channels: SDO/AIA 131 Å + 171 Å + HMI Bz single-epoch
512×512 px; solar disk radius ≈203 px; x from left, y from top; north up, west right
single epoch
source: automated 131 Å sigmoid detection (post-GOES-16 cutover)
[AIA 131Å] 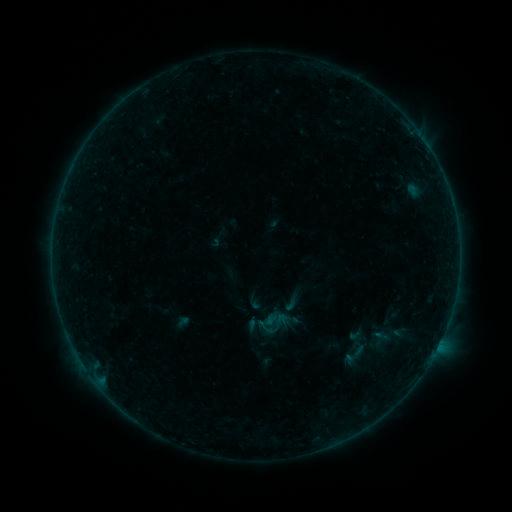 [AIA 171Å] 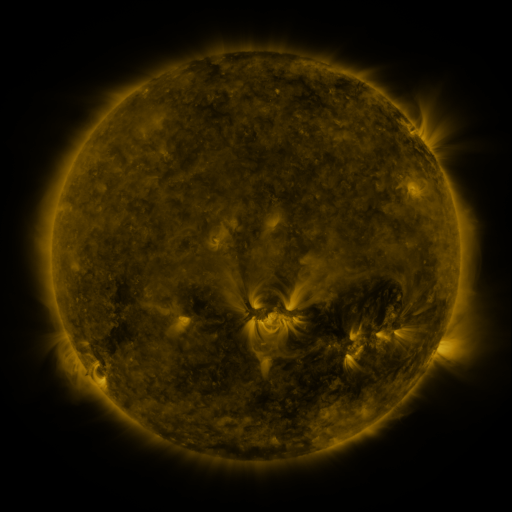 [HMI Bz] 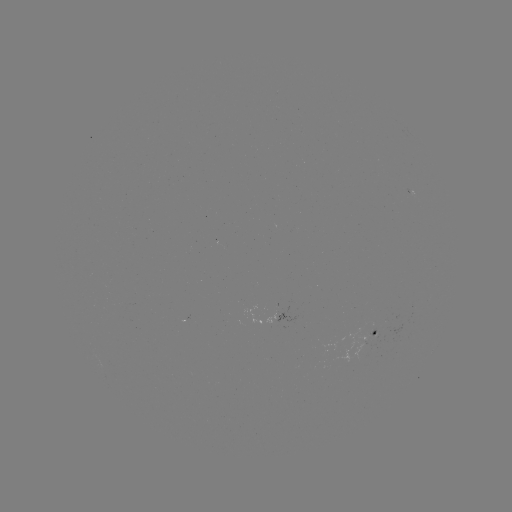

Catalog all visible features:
sigmoid: (292, 302)
sigmoid: (354, 355)
